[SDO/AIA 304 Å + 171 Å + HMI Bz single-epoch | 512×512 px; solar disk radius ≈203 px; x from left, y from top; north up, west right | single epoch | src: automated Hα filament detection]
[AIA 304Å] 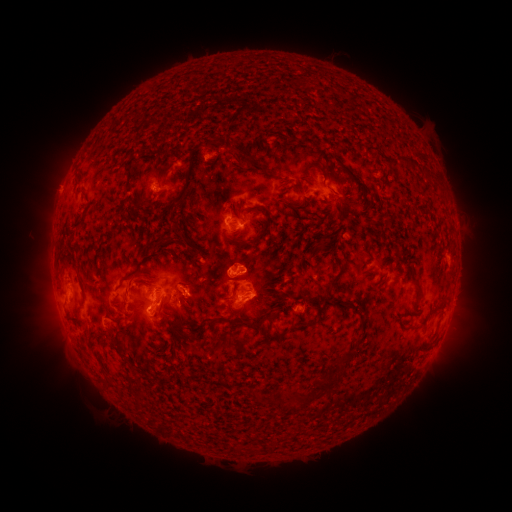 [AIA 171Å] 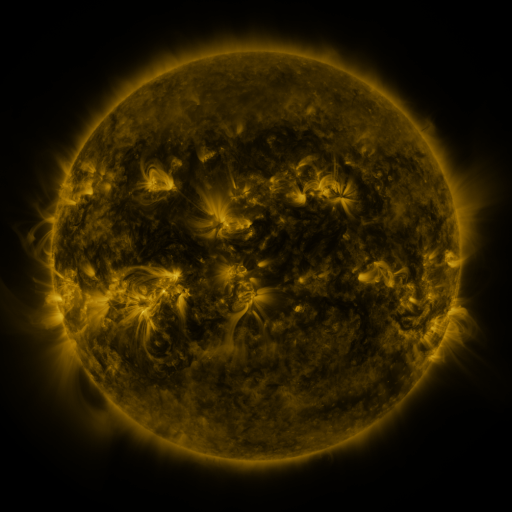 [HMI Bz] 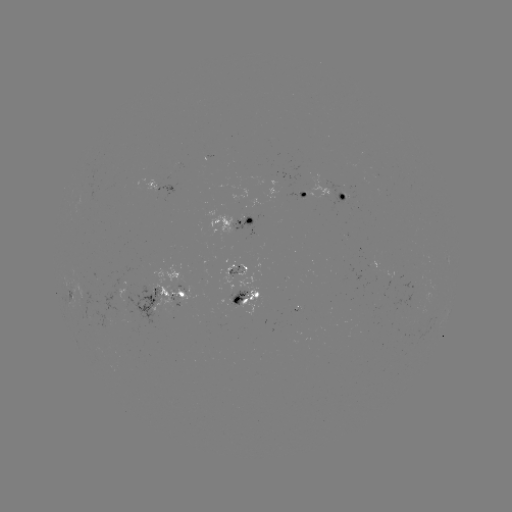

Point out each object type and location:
filament: <bbox>297, 80, 307, 89</bbox>
filament: <bbox>346, 93, 354, 104</bbox>
filament: <bbox>200, 135, 220, 149</bbox>
filament: <bbox>229, 146, 273, 178</bbox>
filament: <bbox>402, 155, 414, 163</bbox>
filament: <bbox>302, 159, 319, 176</bbox>
filament: <bbox>335, 159, 365, 191</bbox>
filament: <bbox>166, 165, 197, 257</bbox>
filament: <bbox>152, 173, 160, 187</bbox>
filament: <bbox>279, 177, 289, 183</bbox>
filament: <bbox>279, 185, 292, 196</bbox>
filament: <bbox>133, 193, 144, 210</bbox>
filament: <bbox>197, 194, 208, 206</bbox>
filament: <bbox>285, 199, 297, 212</bbox>
filament: <bbox>223, 201, 272, 248</bbox>
filament: <bbox>338, 206, 353, 218</bbox>
filament: <bbox>69, 217, 85, 232</bbox>
filament: <bbox>328, 232, 343, 253</bbox>
filament: <bbox>146, 233, 171, 253</bbox>
filament: <bbox>312, 234, 327, 249</bbox>
filament: <bbox>190, 235, 206, 249</bbox>
filament: <bbox>64, 254, 75, 264</bbox>
filament: <bbox>123, 255, 152, 283</bbox>
filament: <bbox>327, 269, 341, 284</bbox>
filament: <bbox>118, 277, 140, 314</bbox>
filament: <bbox>77, 278, 84, 290</bbox>
filament: <bbox>414, 279, 424, 293</bbox>
filament: <bbox>323, 288, 334, 305</bbox>
filament: <bbox>336, 296, 348, 307</bbox>
filament: <bbox>186, 301, 195, 315</bbox>
filament: <bbox>73, 302, 86, 326</bbox>
filament: <bbox>353, 302, 362, 313</bbox>
filament: <bbox>306, 304, 327, 326</bbox>
filament: <bbox>168, 306, 187, 319</bbox>
filament: <bbox>207, 313, 274, 329</bbox>
filament: <bbox>359, 314, 366, 327</bbox>
filament: <bbox>172, 315, 199, 339</bbox>
filament: <bbox>112, 318, 124, 325</bbox>
filament: <bbox>169, 324, 185, 342</bbox>
filament: <bbox>265, 329, 286, 345</bbox>
filament: <bbox>210, 344, 222, 353</bbox>
filament: <bbox>183, 345, 195, 355</bbox>
filament: <bbox>342, 350, 351, 362</bbox>
filament: <bbox>311, 371, 341, 394</bbox>
filament: <bbox>218, 375, 235, 393</bbox>
filament: <bbox>129, 377, 140, 394</bbox>
filament: <bbox>105, 380, 115, 389</bbox>
filament: <bbox>281, 384, 321, 407</bbox>
filament: <bbox>251, 386, 266, 403</bbox>
filament: <bbox>136, 394, 145, 405</bbox>
